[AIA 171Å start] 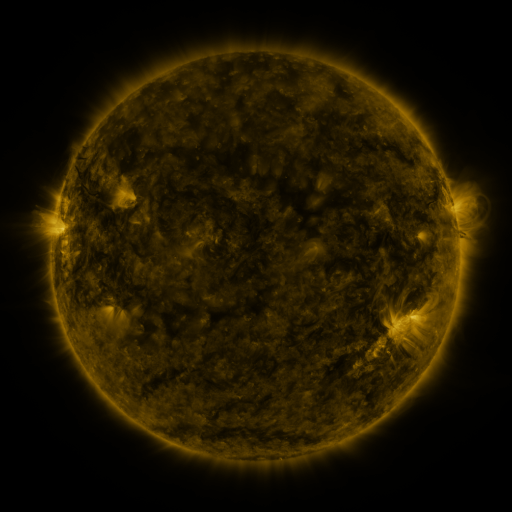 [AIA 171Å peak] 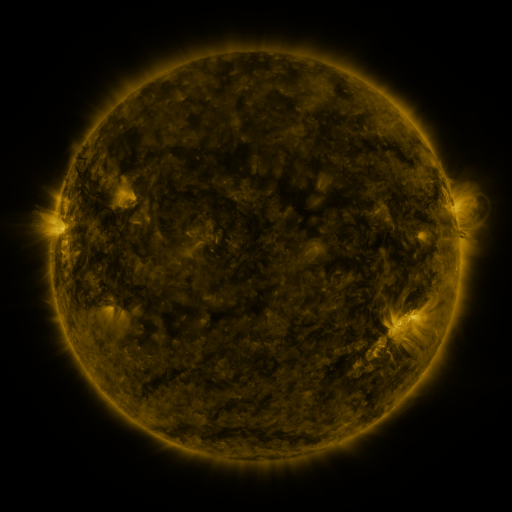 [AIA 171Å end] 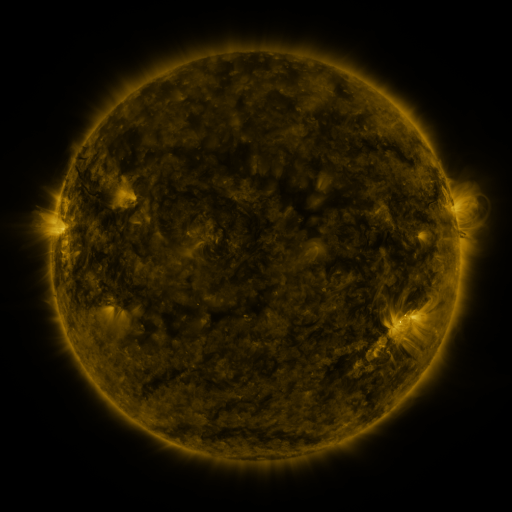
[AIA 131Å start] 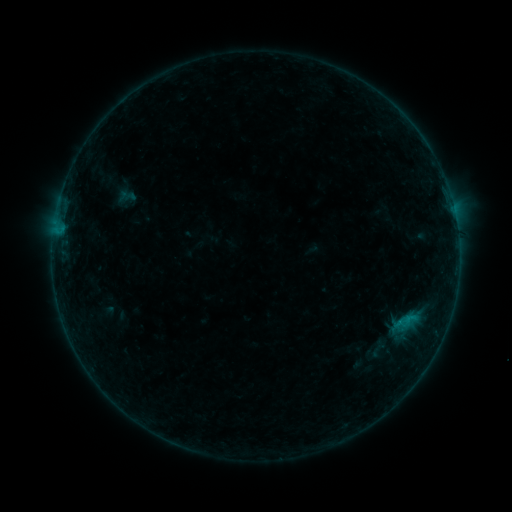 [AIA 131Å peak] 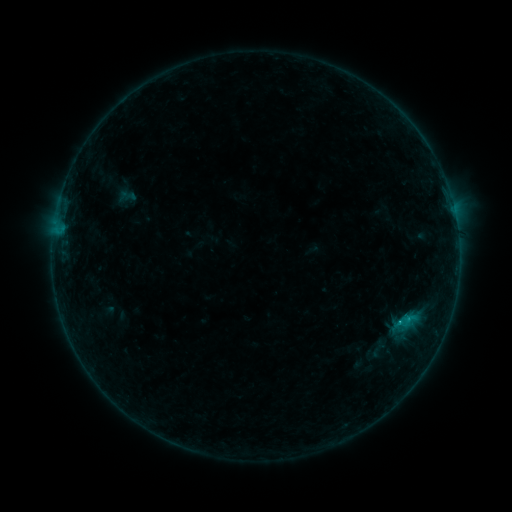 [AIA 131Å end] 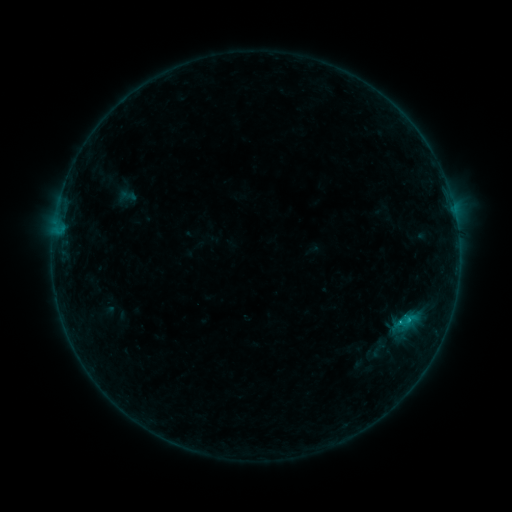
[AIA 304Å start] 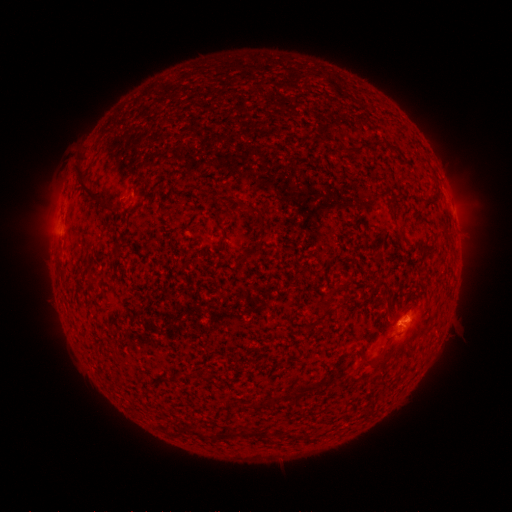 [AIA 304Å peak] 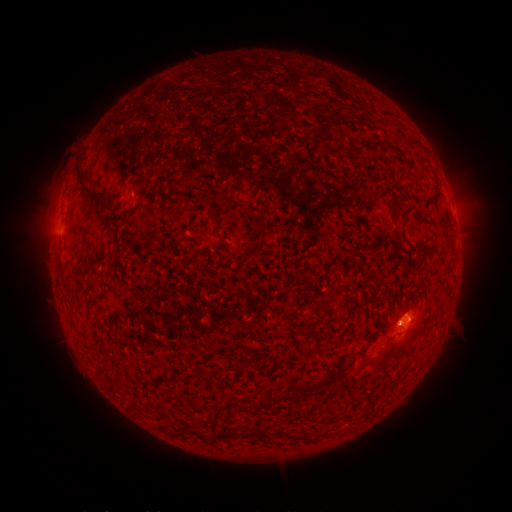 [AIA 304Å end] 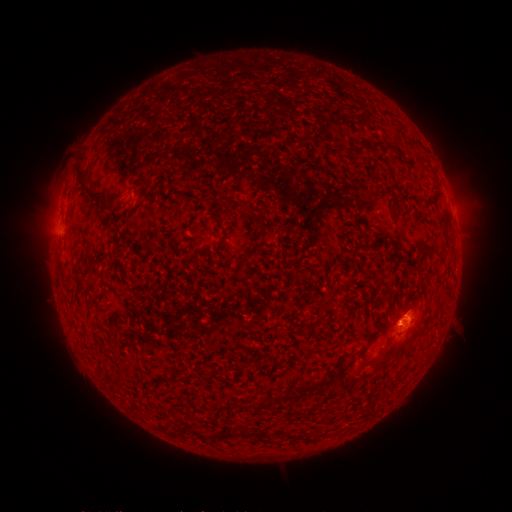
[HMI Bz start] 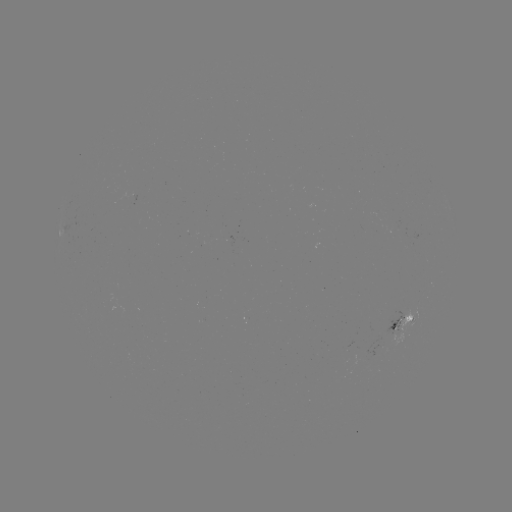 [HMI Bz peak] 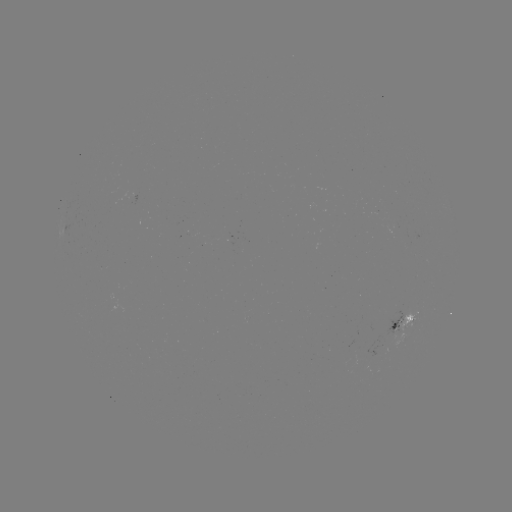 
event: flare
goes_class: B6.7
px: (400, 321)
